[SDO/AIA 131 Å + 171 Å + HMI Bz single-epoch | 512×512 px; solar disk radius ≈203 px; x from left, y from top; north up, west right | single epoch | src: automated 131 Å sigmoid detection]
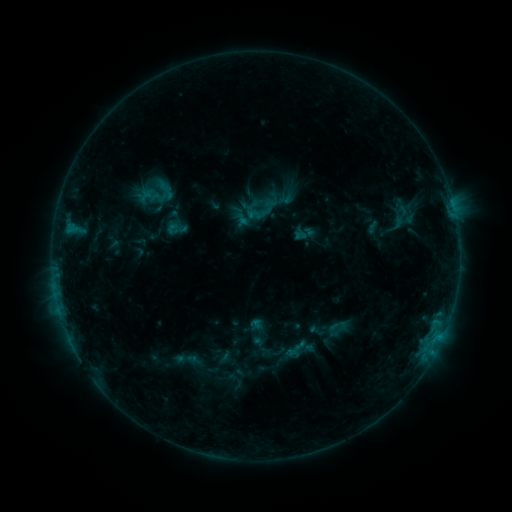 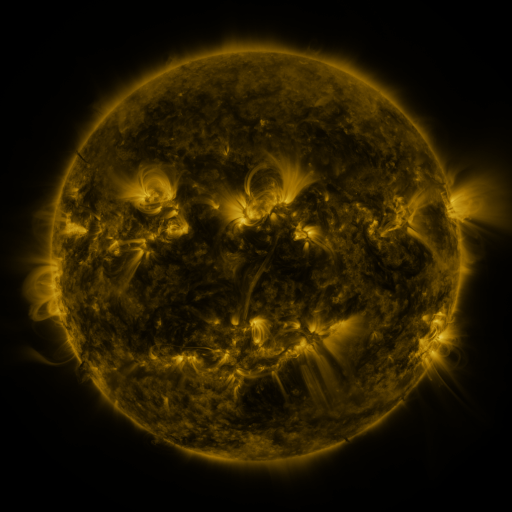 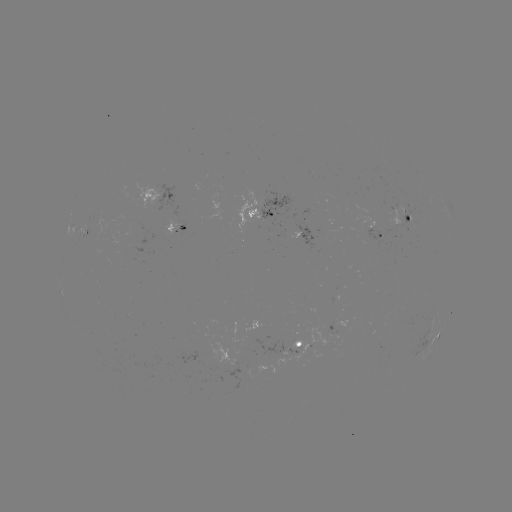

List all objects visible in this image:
sigmoid: (333, 329)
